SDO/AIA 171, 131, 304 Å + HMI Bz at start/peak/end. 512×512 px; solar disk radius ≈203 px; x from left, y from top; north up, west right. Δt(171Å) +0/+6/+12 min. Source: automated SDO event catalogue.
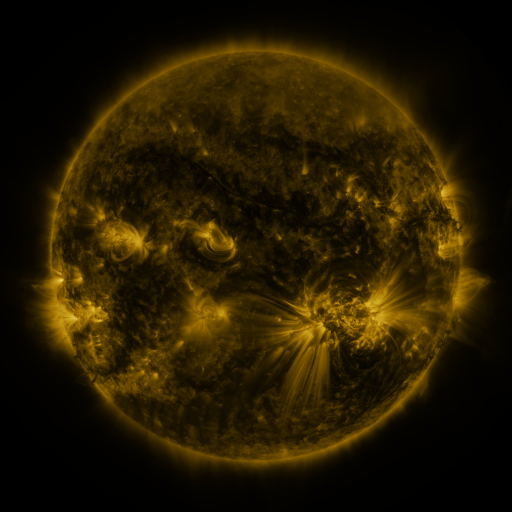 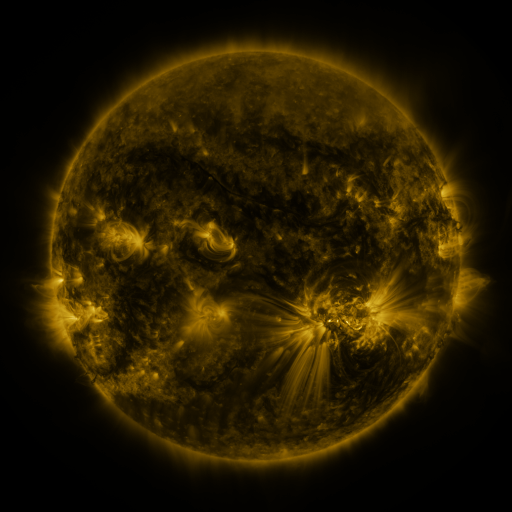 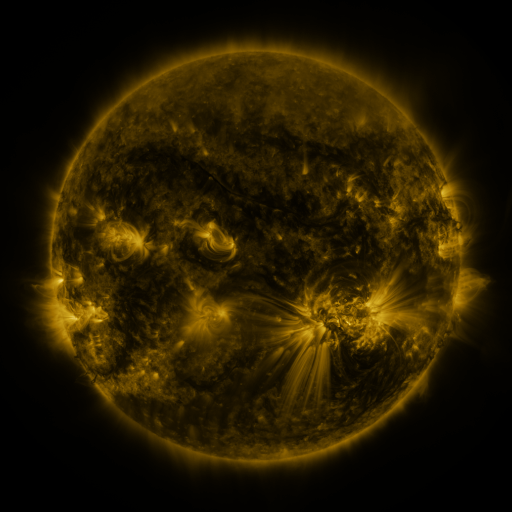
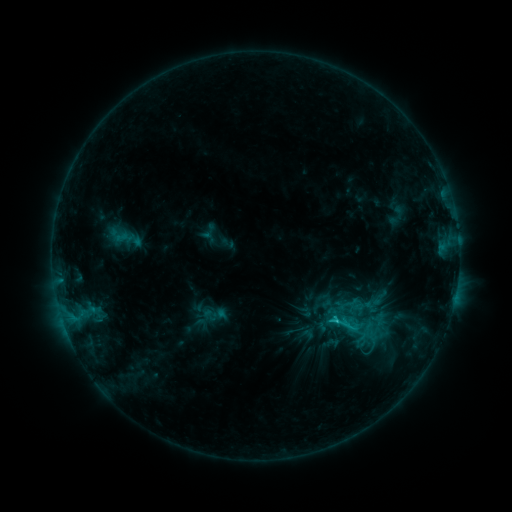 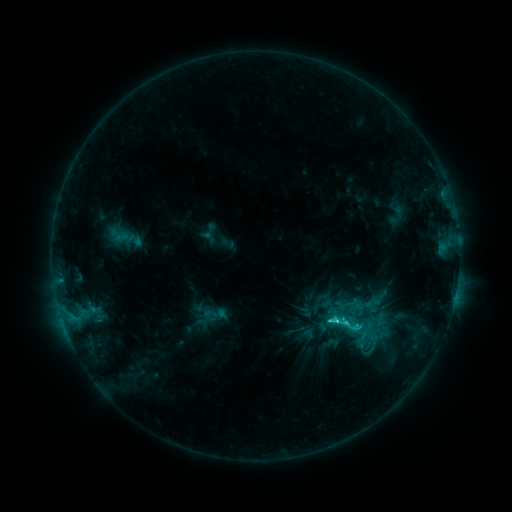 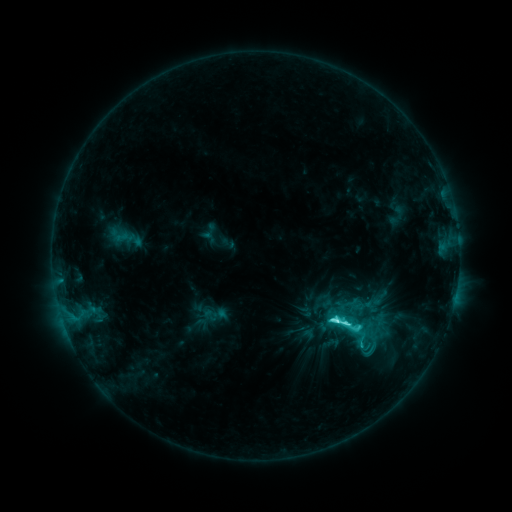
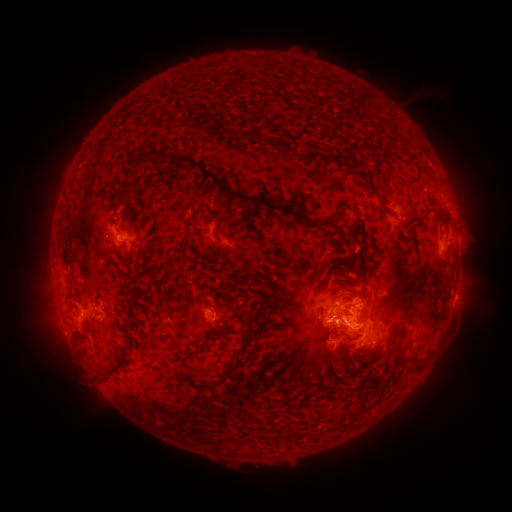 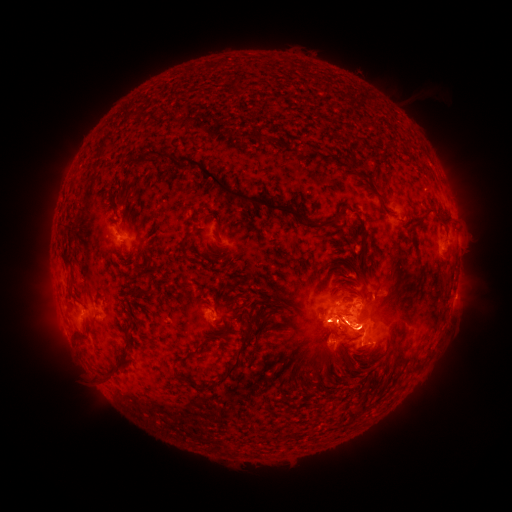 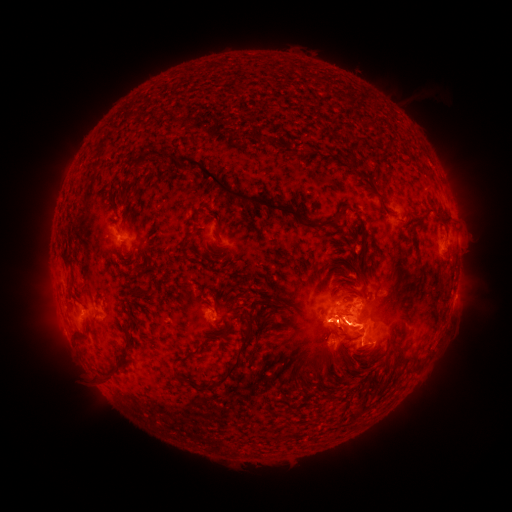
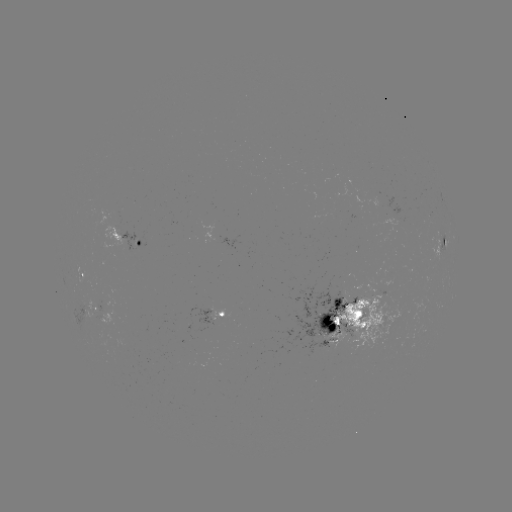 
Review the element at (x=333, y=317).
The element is C9.7 flare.